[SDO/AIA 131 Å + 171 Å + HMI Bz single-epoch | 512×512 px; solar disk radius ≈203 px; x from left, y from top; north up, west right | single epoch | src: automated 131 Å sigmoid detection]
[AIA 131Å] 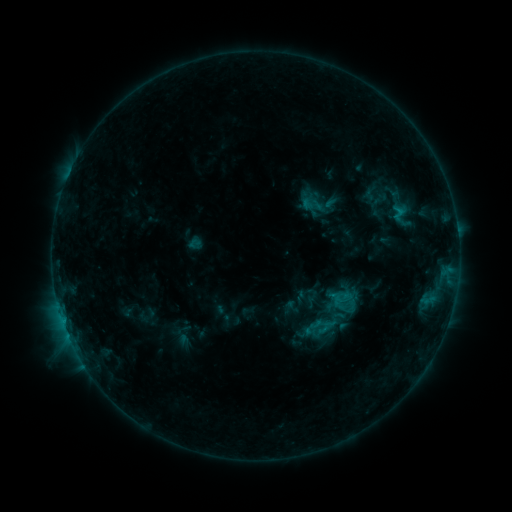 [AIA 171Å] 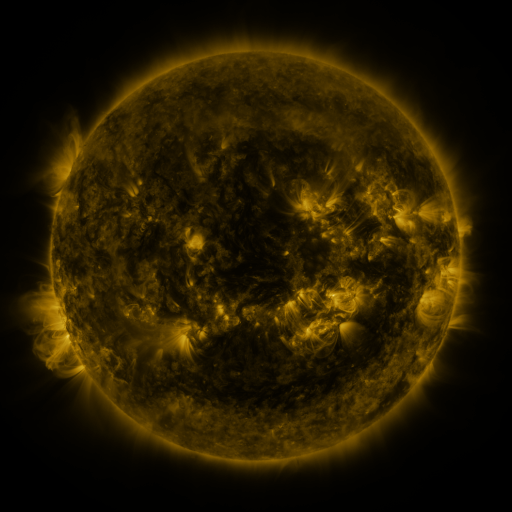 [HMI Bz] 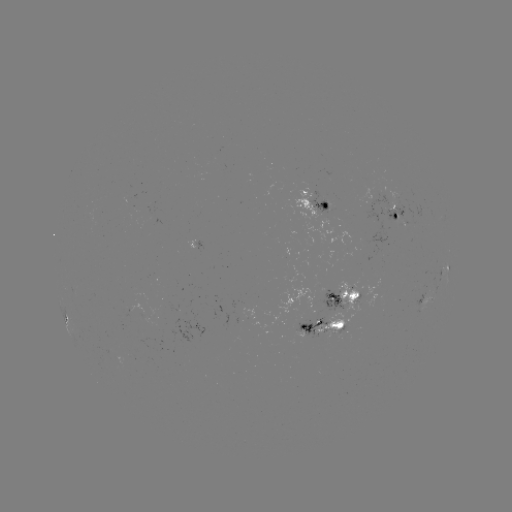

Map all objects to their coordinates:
sigmoid: <bbox>300, 297, 353, 349</bbox>
